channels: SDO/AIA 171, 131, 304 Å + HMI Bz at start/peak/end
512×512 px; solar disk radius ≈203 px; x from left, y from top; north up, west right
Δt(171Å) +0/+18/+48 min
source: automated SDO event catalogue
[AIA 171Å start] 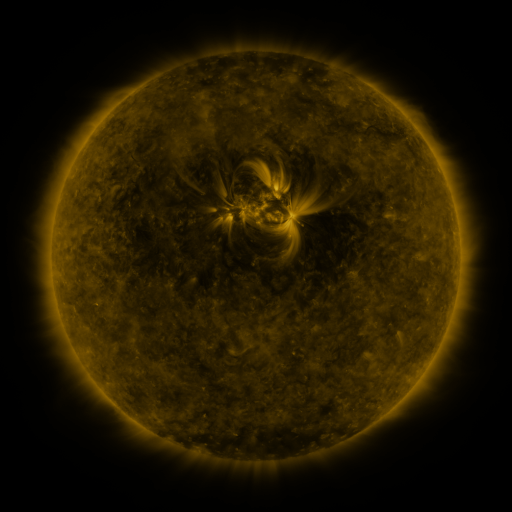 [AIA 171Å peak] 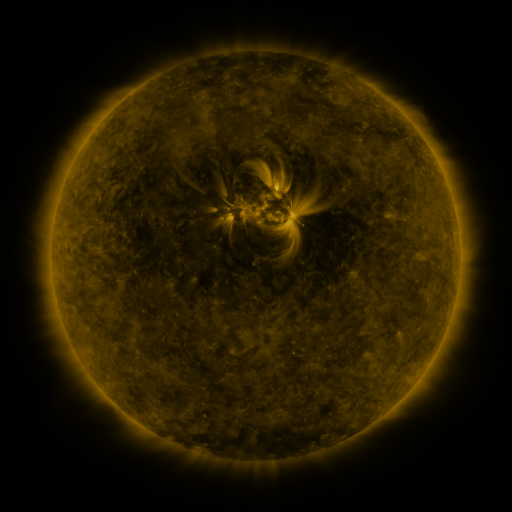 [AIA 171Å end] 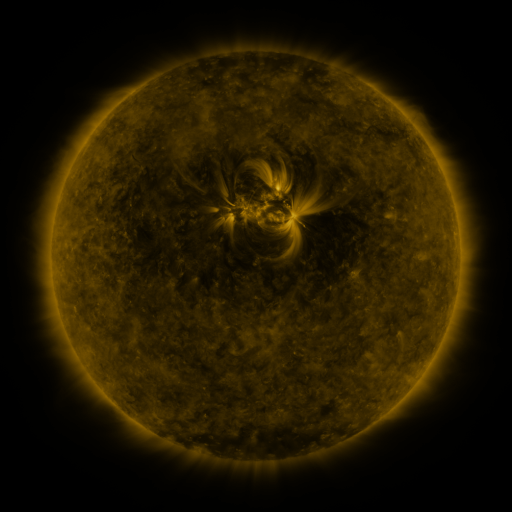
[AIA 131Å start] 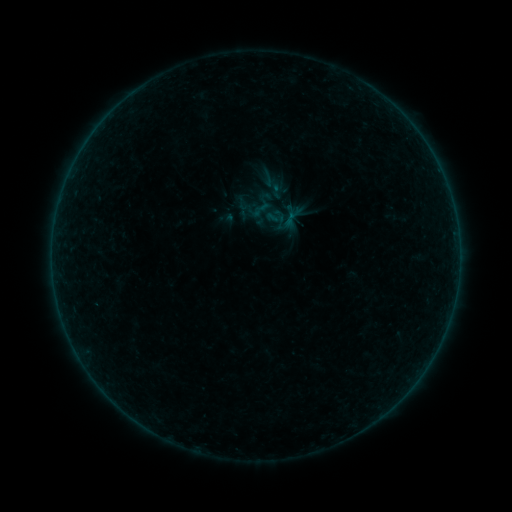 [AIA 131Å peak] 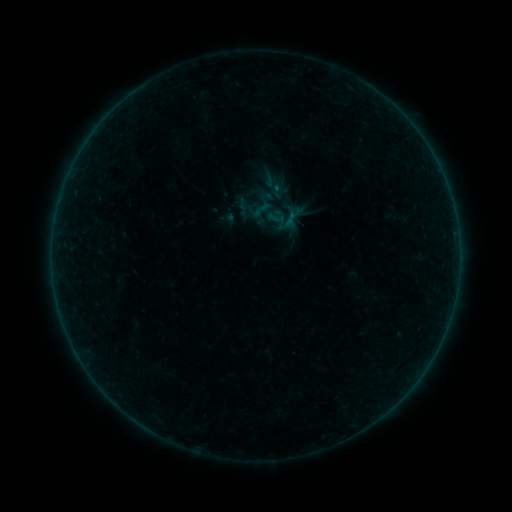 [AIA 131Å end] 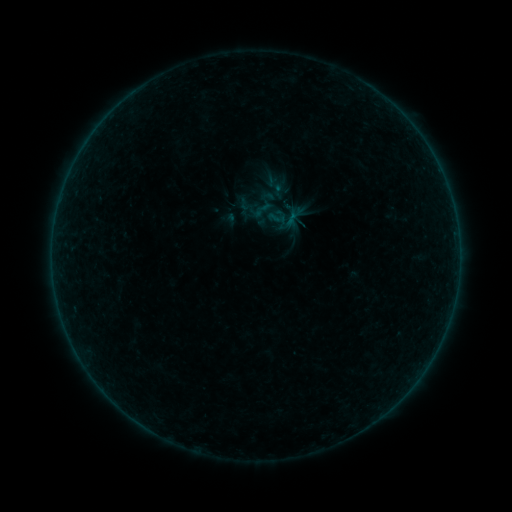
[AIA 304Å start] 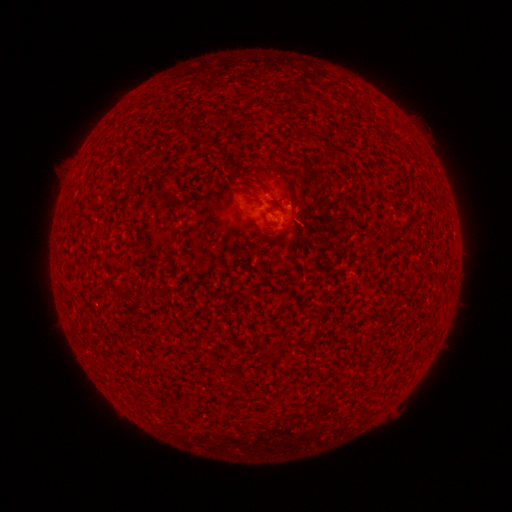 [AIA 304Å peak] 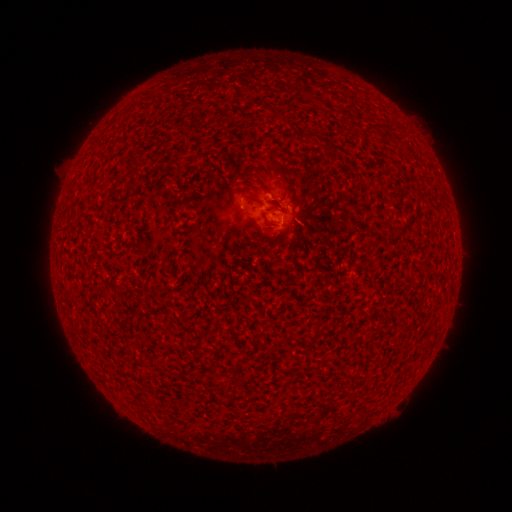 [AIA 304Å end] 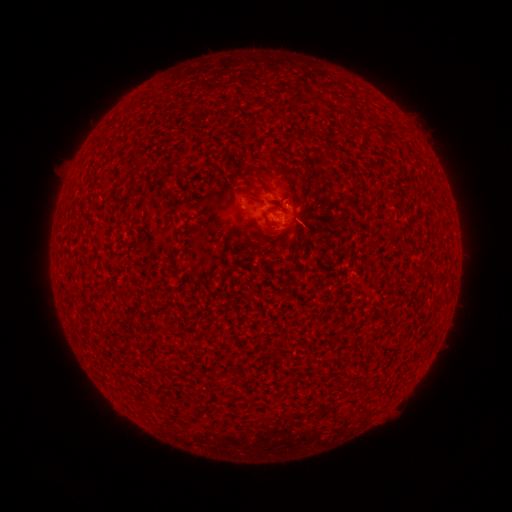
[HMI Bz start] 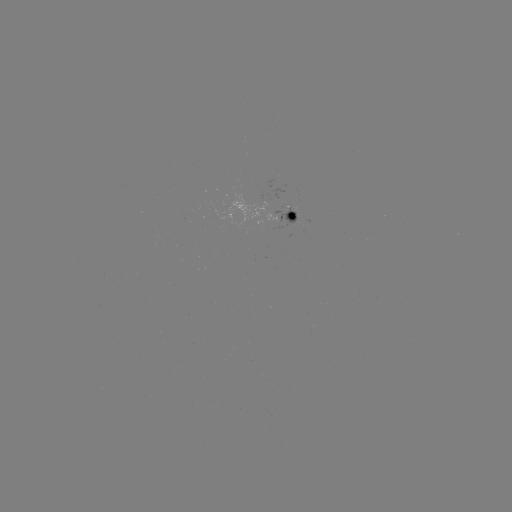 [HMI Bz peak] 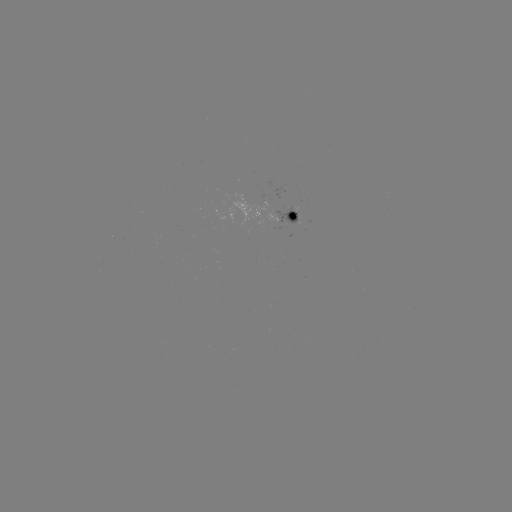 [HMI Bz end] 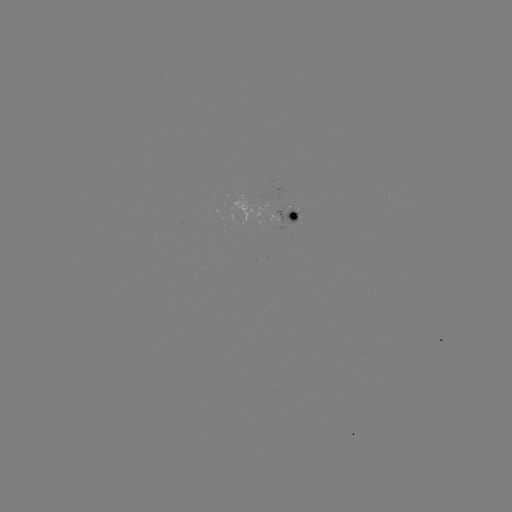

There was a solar flare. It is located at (256, 193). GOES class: A8.0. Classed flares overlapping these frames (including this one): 1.